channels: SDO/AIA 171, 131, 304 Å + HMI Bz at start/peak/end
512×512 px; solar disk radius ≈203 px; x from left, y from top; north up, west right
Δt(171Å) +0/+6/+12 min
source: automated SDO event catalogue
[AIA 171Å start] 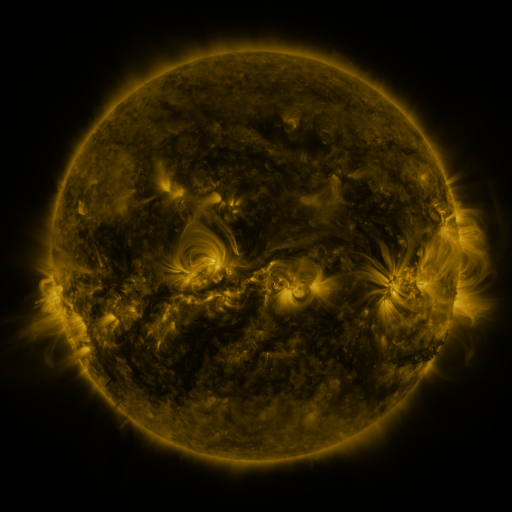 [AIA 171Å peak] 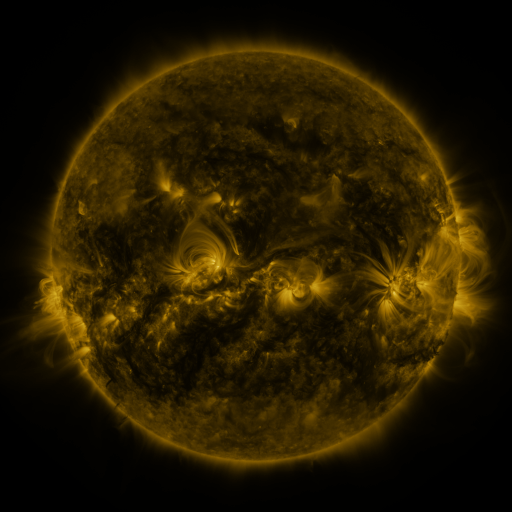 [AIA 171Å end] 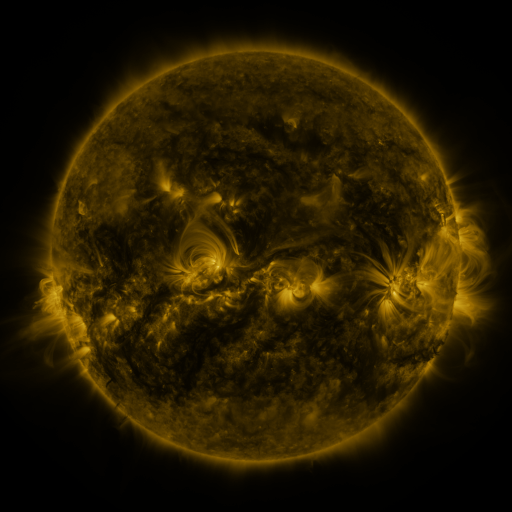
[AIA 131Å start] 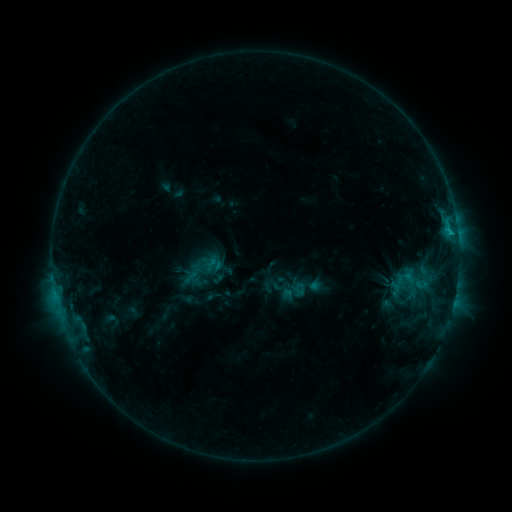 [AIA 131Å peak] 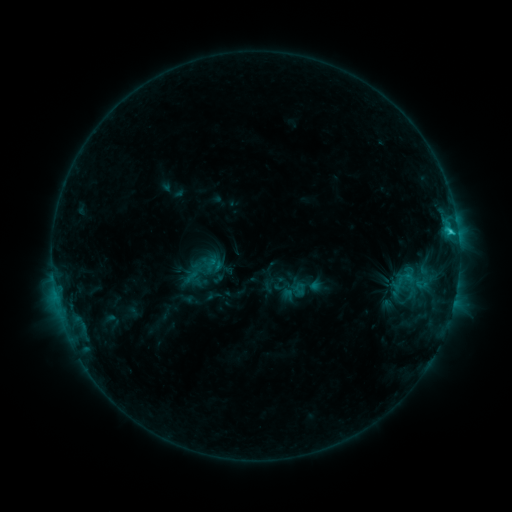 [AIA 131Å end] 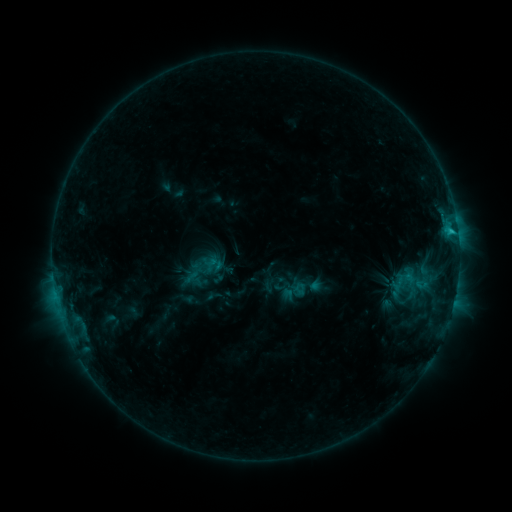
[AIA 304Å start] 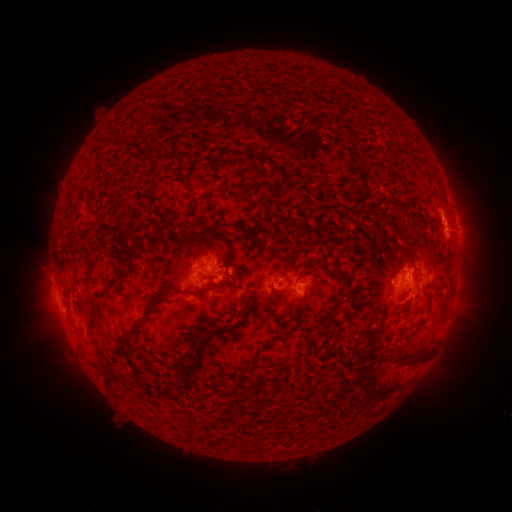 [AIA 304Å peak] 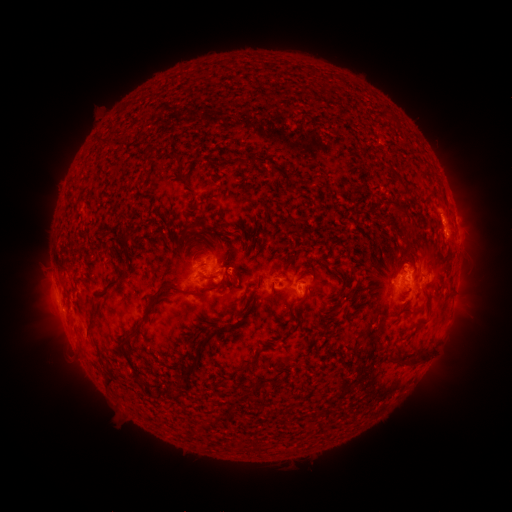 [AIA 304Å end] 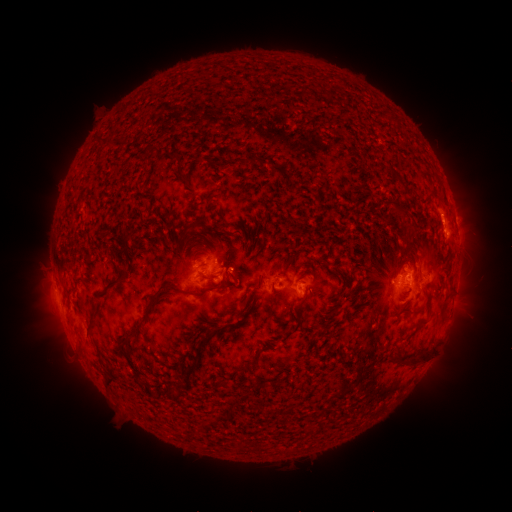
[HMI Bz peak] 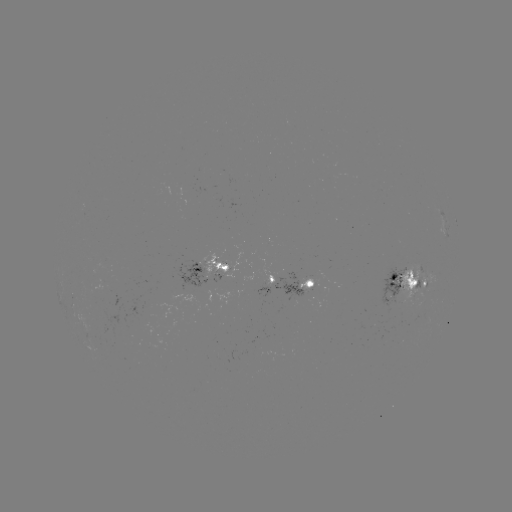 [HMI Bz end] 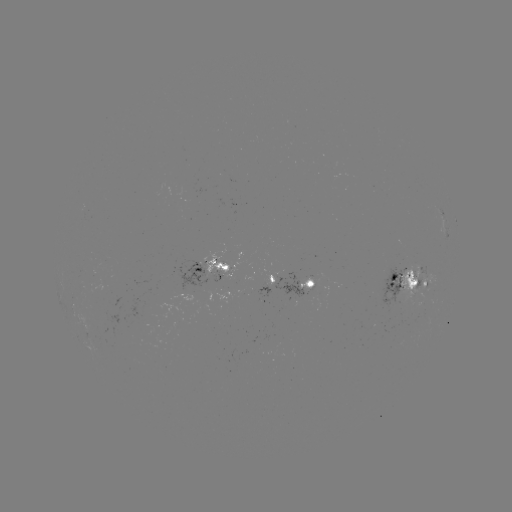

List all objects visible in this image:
C1.7 flare: (450, 234)
